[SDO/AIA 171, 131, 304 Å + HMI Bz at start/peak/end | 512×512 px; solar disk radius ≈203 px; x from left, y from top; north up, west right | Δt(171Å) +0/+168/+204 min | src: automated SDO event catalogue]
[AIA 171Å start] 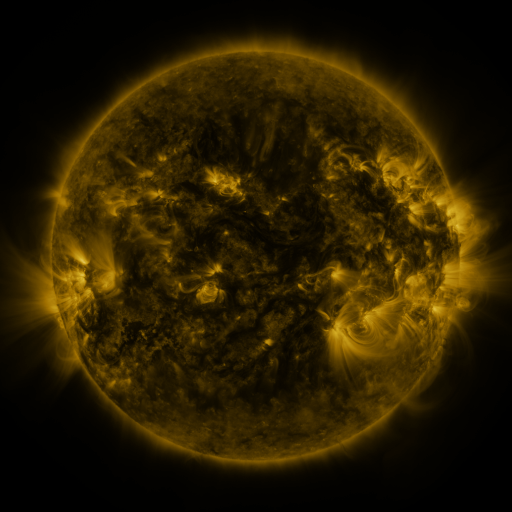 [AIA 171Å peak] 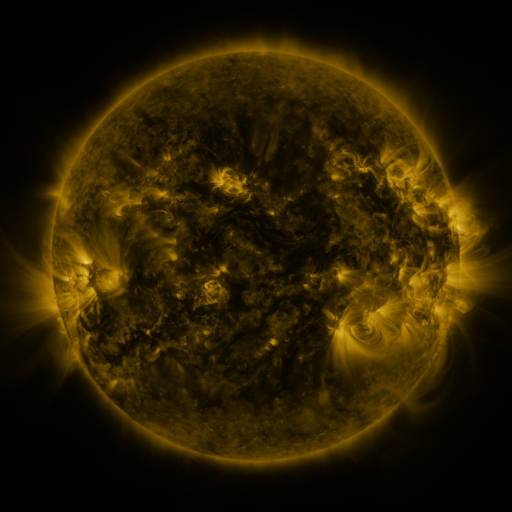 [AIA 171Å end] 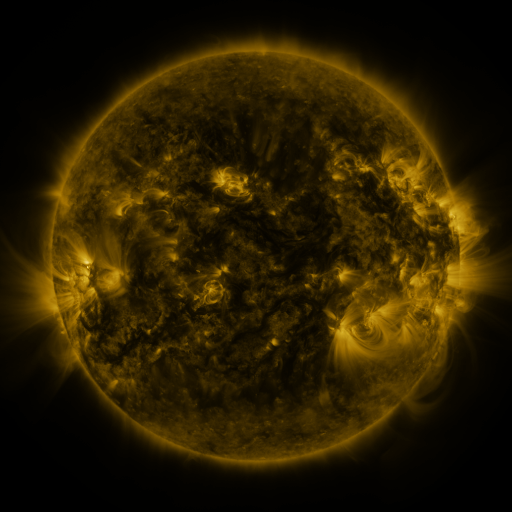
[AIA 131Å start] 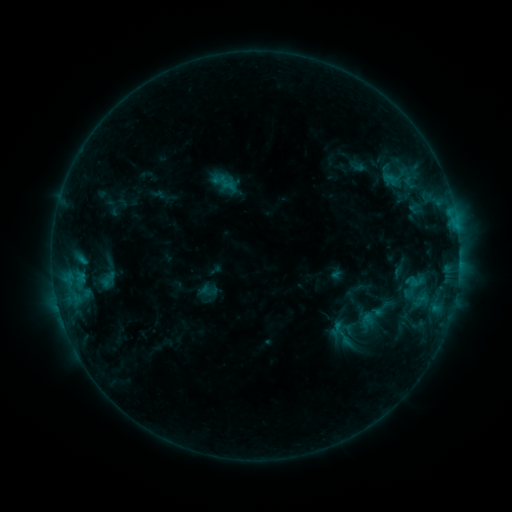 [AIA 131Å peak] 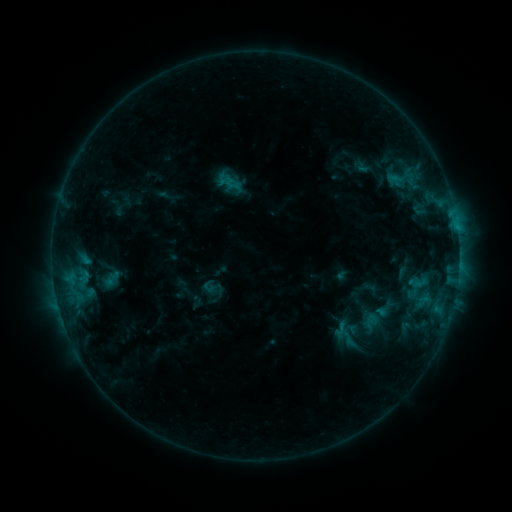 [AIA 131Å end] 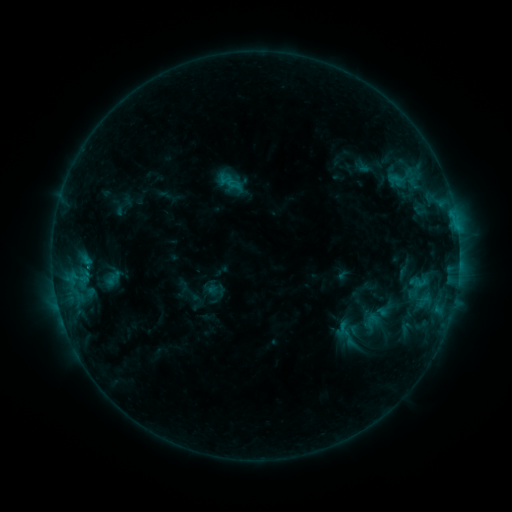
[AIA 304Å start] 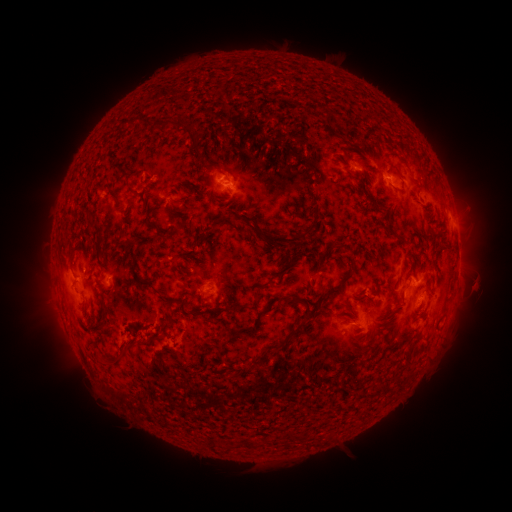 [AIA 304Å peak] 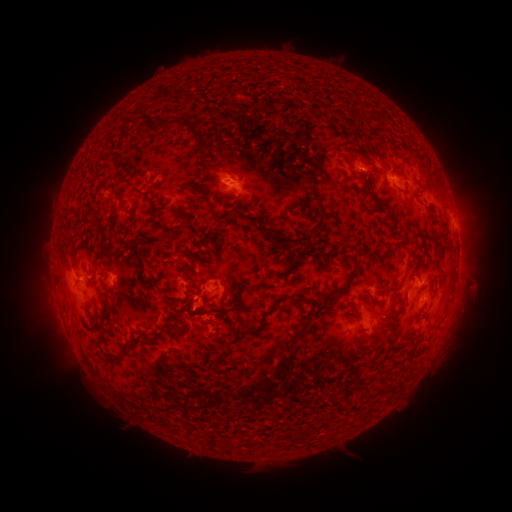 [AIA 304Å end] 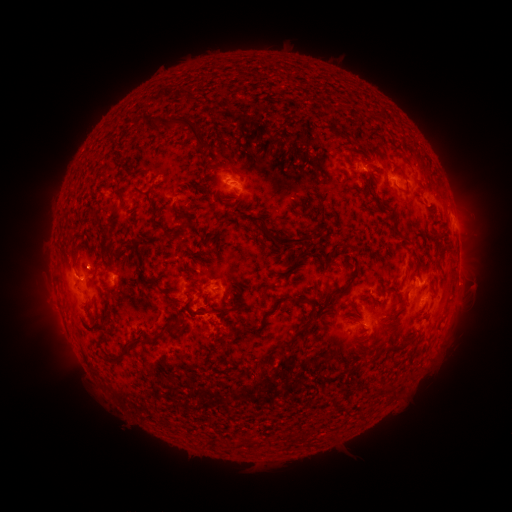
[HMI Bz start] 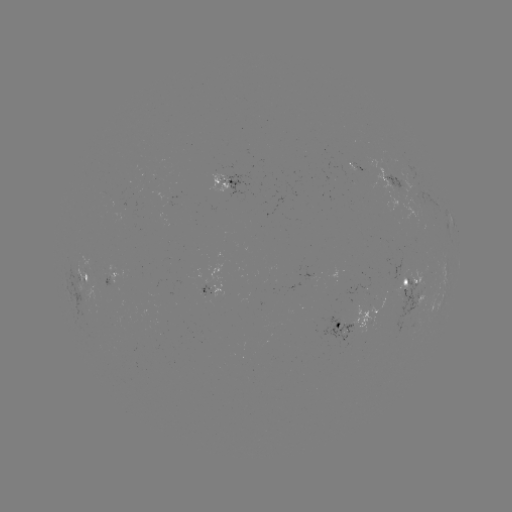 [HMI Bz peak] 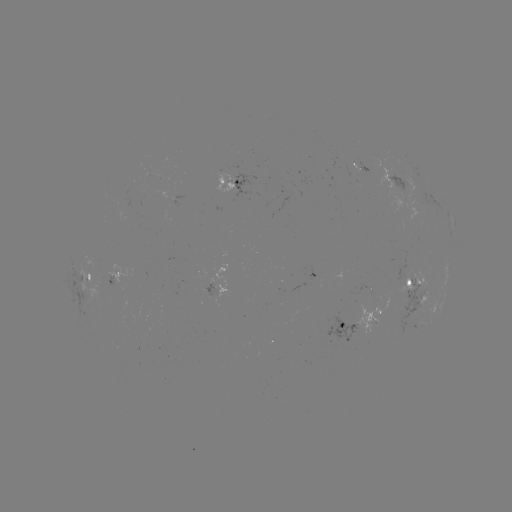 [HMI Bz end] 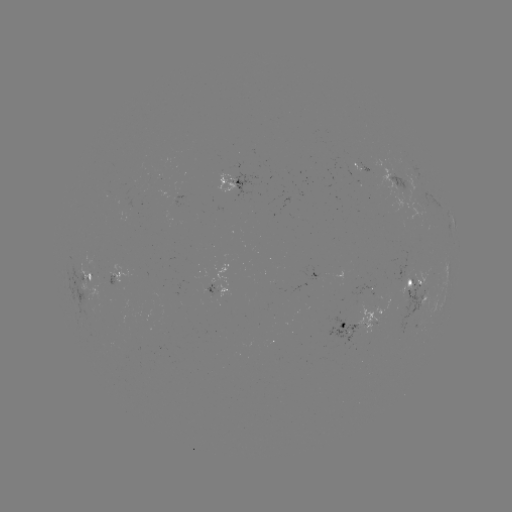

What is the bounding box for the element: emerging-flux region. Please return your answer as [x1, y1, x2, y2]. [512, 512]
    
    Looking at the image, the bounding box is [73, 261, 104, 300].